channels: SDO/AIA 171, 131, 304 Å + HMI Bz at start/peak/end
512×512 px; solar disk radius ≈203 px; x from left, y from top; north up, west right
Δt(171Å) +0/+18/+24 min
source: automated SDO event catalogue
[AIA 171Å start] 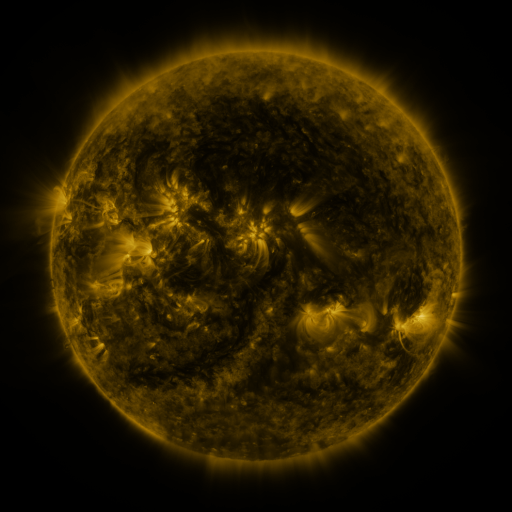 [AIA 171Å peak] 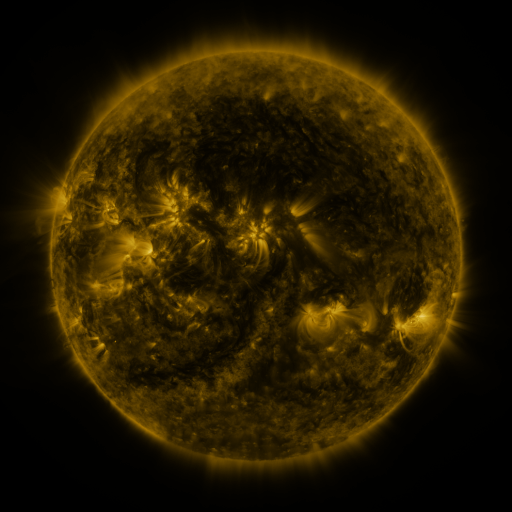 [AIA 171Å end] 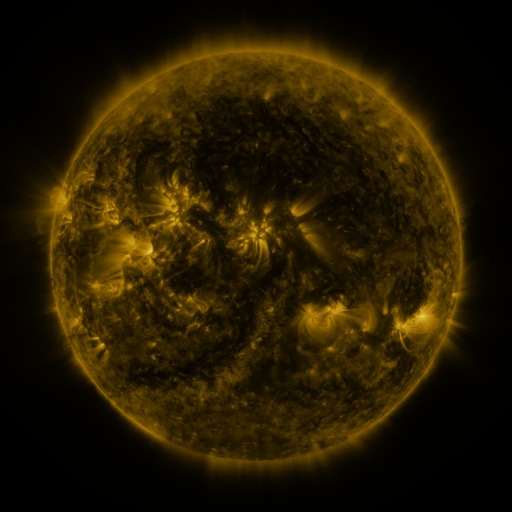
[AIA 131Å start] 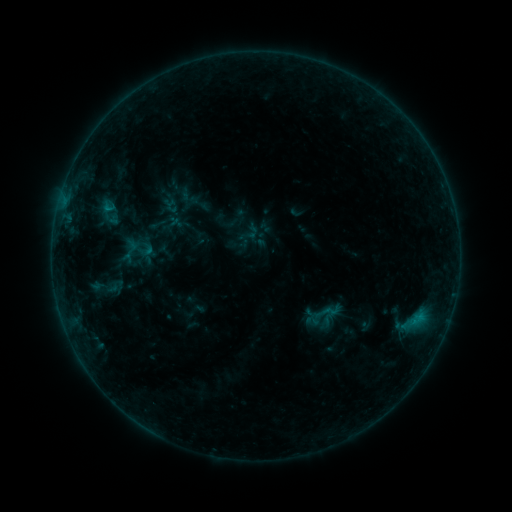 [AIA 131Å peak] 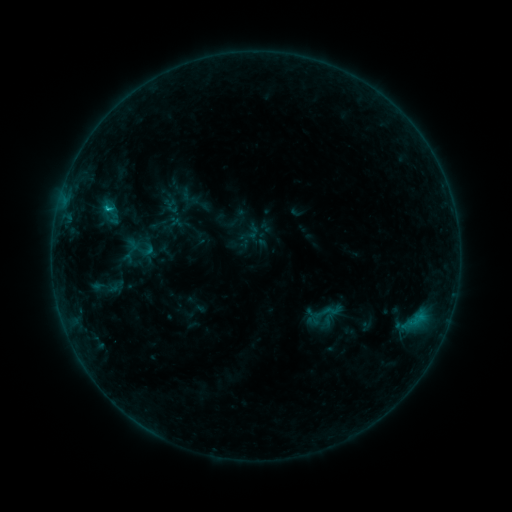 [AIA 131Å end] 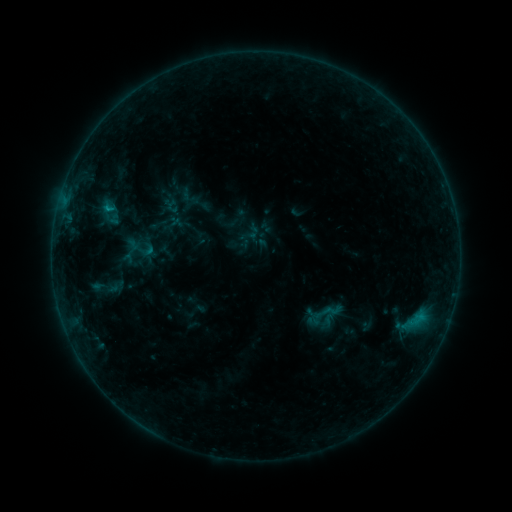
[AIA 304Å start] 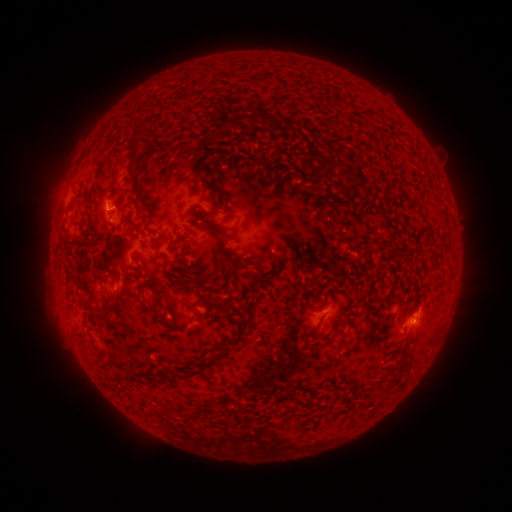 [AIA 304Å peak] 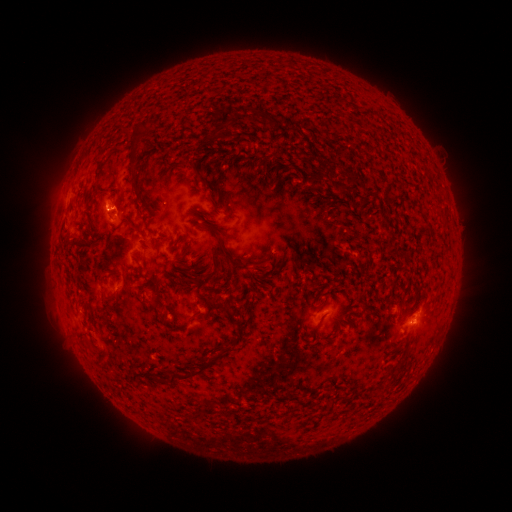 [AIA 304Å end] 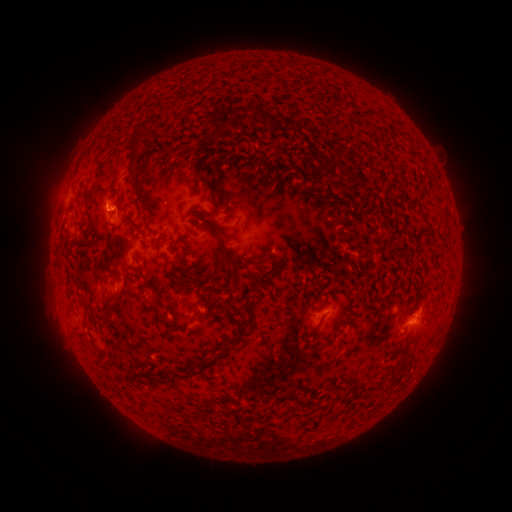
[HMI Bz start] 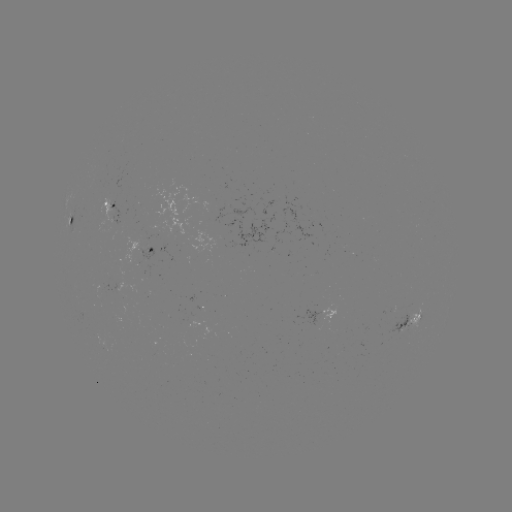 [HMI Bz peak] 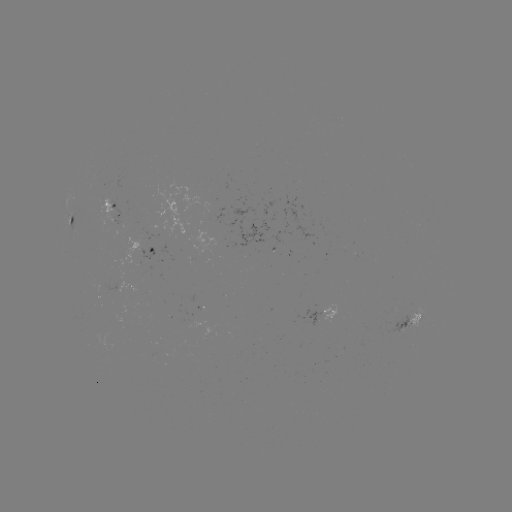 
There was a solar flare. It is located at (108, 209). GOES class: B5.7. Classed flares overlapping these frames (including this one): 1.